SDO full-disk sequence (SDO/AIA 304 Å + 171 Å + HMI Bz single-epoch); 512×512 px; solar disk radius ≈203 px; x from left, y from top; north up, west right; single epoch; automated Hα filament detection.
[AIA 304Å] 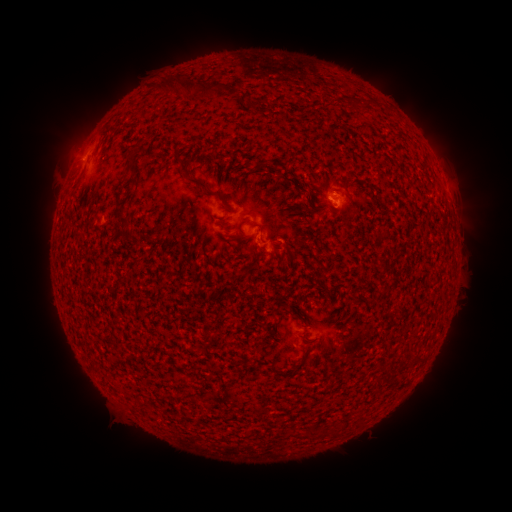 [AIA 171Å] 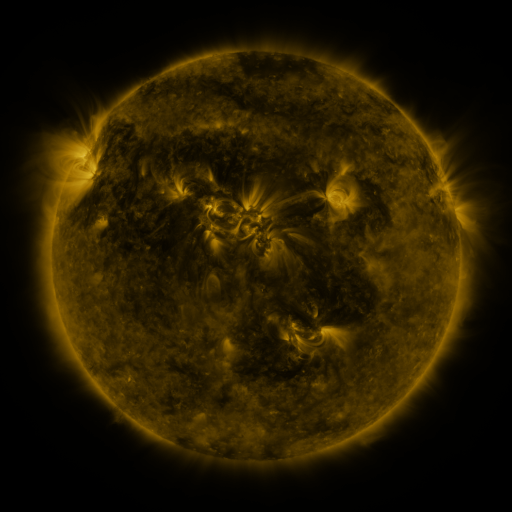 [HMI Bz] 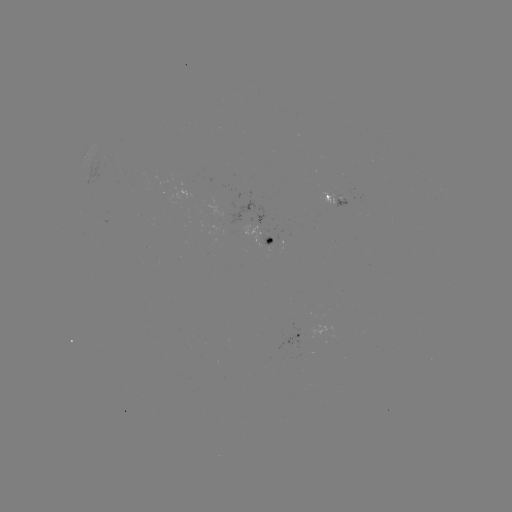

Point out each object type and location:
filament: (157, 73, 186, 91)
filament: (204, 83, 228, 95)
filament: (231, 86, 243, 98)
filament: (353, 99, 363, 110)
filament: (176, 150, 227, 203)
filament: (258, 160, 266, 170)
filament: (294, 186, 309, 195)
filament: (115, 196, 131, 223)
filament: (257, 223, 264, 234)
filament: (231, 230, 241, 243)
filament: (270, 249, 277, 259)
